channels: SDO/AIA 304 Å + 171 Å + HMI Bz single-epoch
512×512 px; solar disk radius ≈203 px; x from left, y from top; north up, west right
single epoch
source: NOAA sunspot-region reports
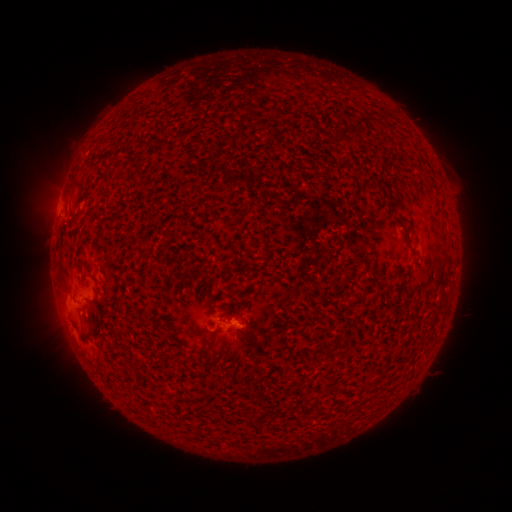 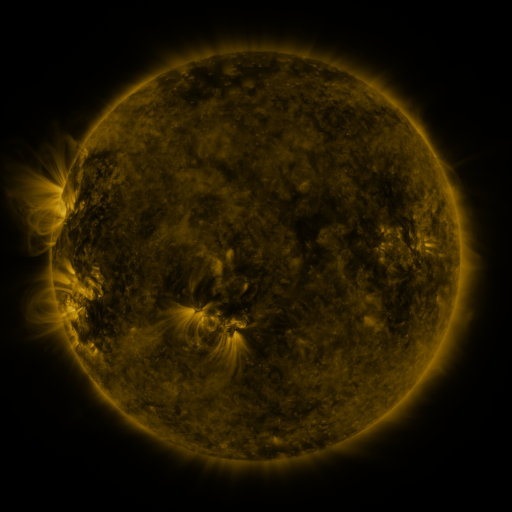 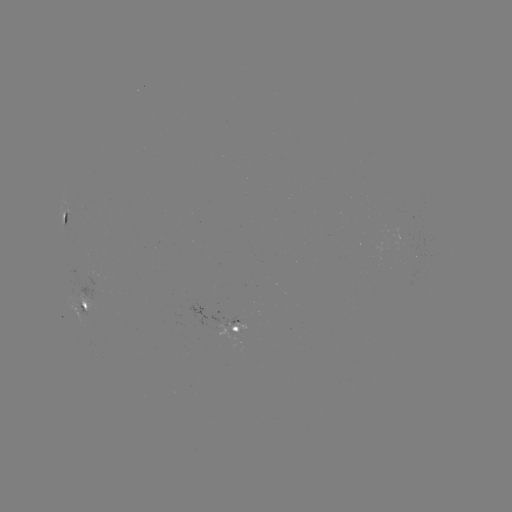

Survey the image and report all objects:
spotted active region: (62, 223)
spotted active region: (84, 303)
spotted active region: (242, 322)
